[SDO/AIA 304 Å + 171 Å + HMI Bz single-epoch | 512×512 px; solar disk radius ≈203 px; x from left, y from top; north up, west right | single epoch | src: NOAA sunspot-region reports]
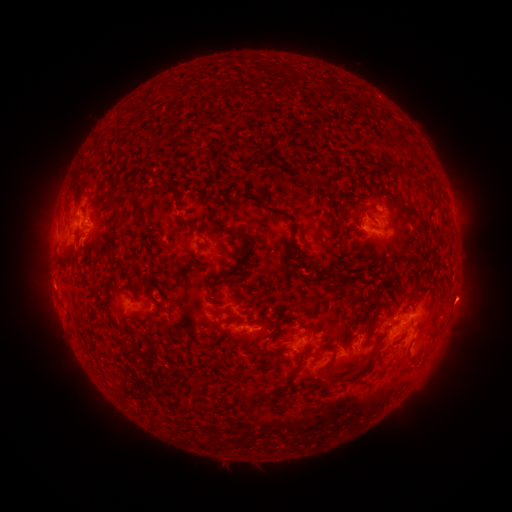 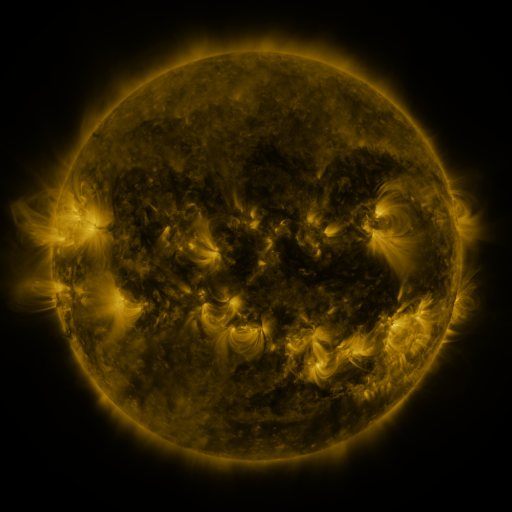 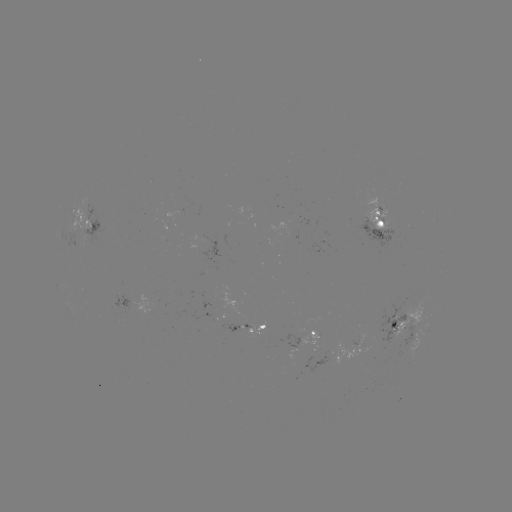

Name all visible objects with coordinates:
spotted active region: (379, 219)
spotted active region: (82, 222)
spotted active region: (453, 299)
spotted active region: (134, 304)
spotted active region: (409, 320)
spotted active region: (249, 326)
spotted active region: (424, 333)
spotted active region: (313, 335)
